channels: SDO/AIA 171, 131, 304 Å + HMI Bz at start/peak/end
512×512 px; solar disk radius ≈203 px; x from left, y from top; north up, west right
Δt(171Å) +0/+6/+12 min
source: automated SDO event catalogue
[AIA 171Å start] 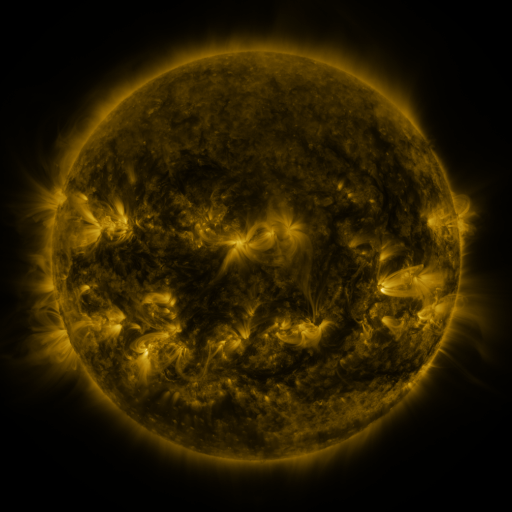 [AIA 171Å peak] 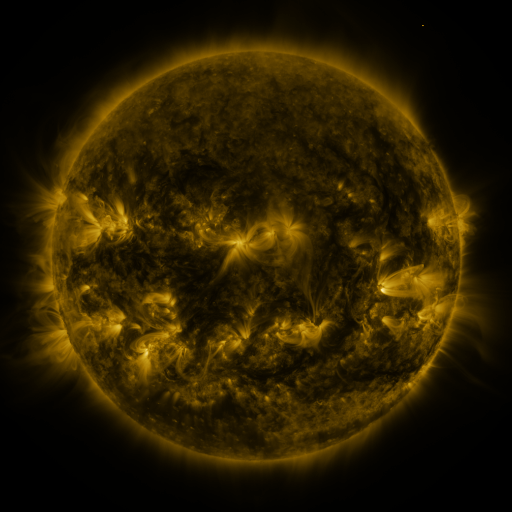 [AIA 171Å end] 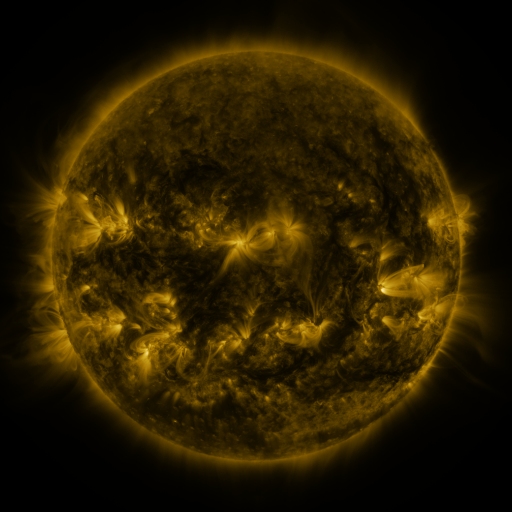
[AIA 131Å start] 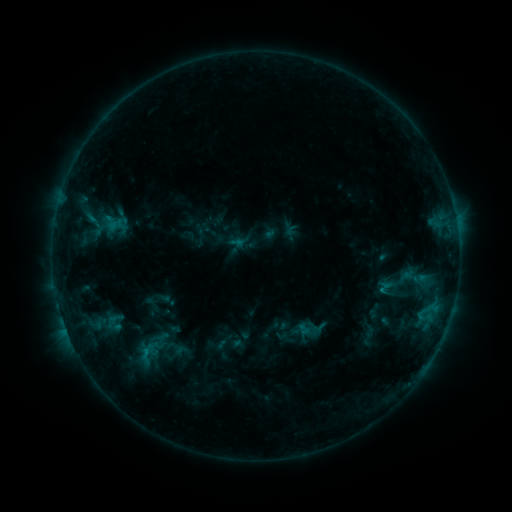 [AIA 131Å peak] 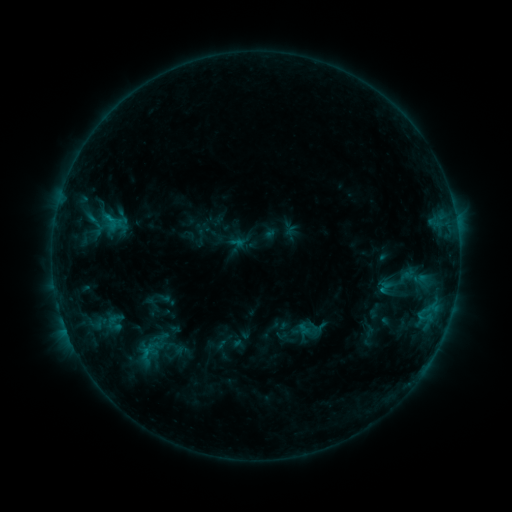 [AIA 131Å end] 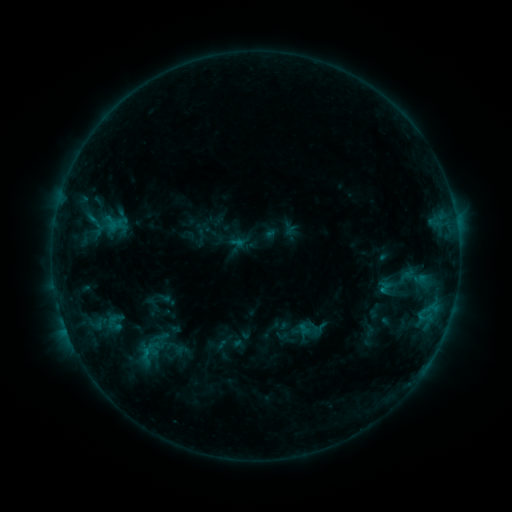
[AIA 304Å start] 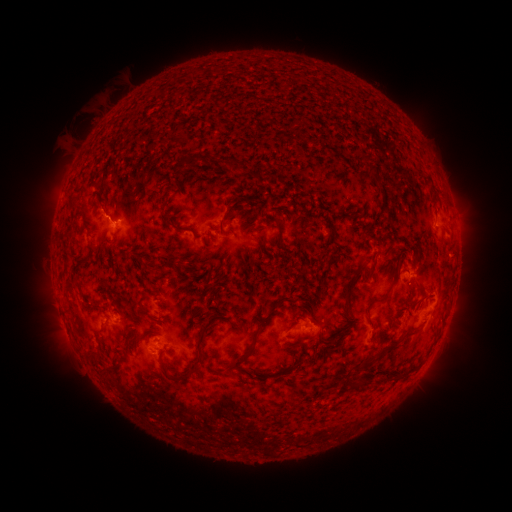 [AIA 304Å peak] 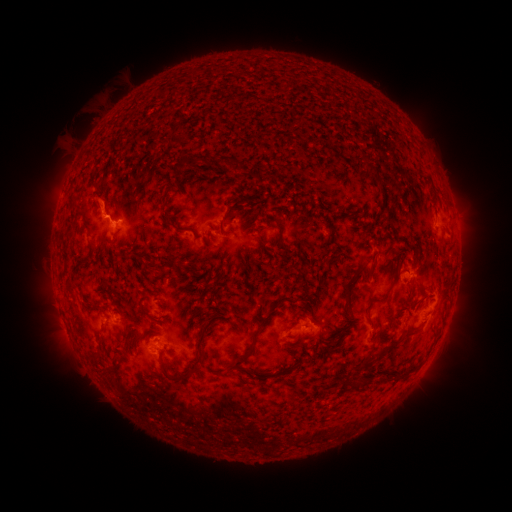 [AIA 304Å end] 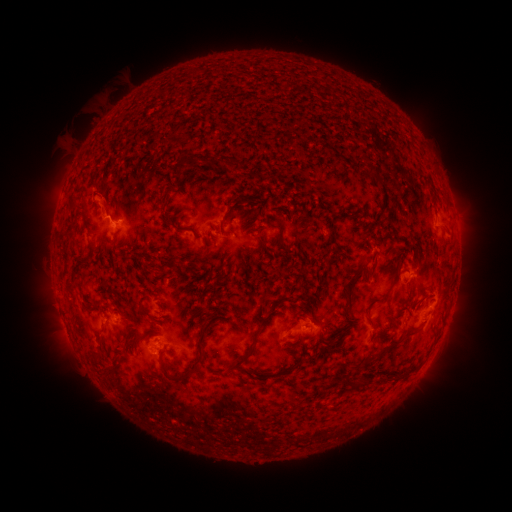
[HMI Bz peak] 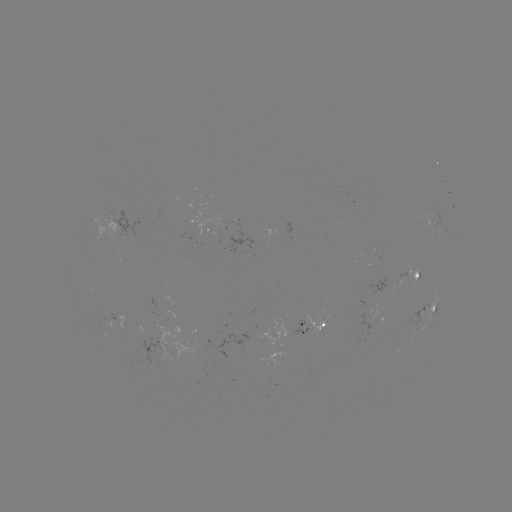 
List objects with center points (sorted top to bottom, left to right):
eruption: (101, 204)
